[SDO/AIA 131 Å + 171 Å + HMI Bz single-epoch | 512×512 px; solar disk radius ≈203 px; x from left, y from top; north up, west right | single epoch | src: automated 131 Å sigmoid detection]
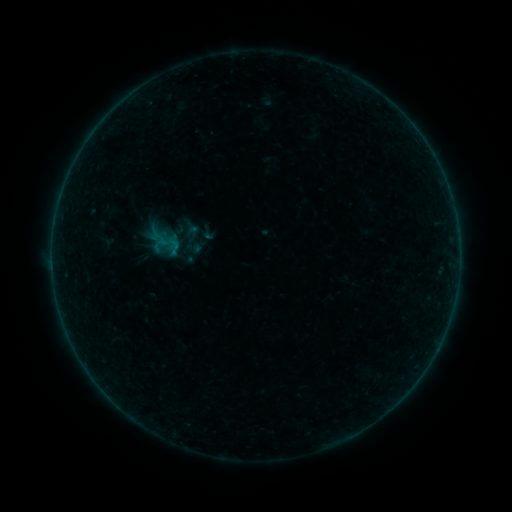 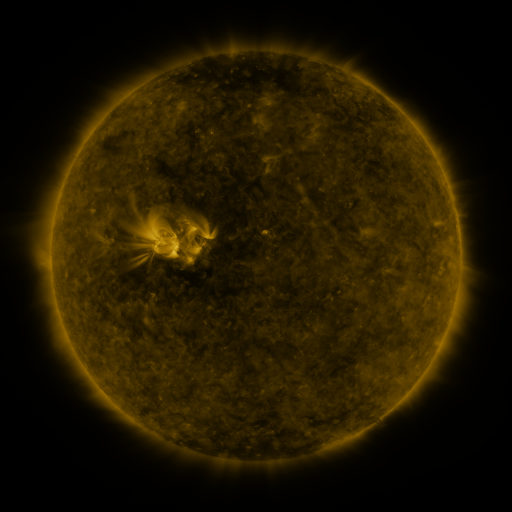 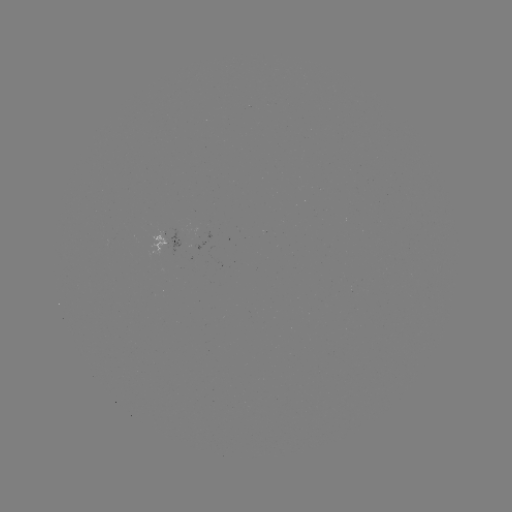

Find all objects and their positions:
sigmoid: <bbox>174, 220, 211, 257</bbox>
